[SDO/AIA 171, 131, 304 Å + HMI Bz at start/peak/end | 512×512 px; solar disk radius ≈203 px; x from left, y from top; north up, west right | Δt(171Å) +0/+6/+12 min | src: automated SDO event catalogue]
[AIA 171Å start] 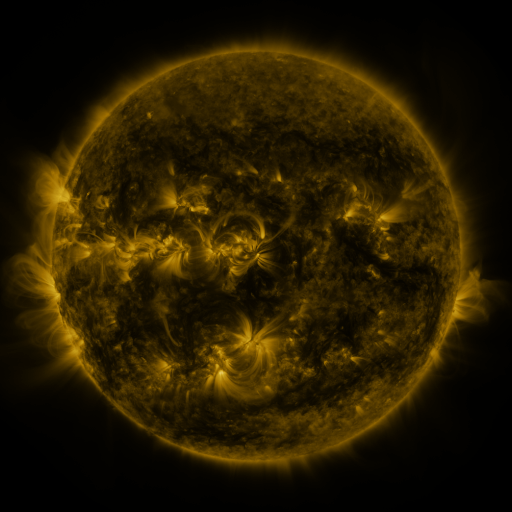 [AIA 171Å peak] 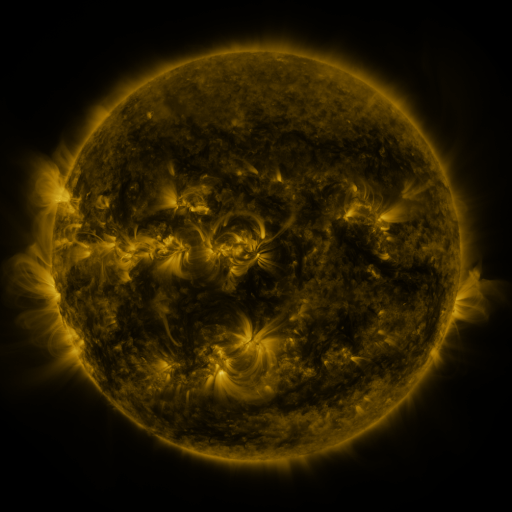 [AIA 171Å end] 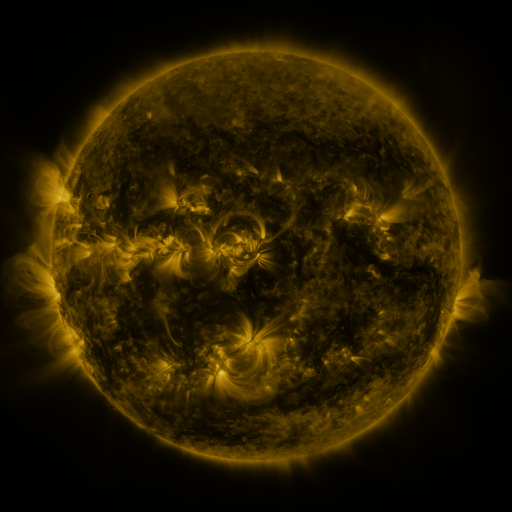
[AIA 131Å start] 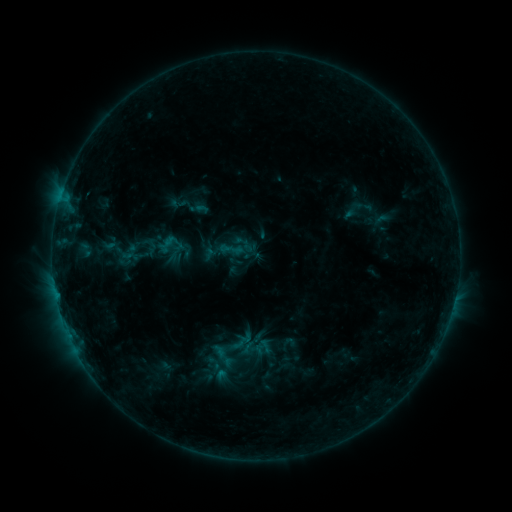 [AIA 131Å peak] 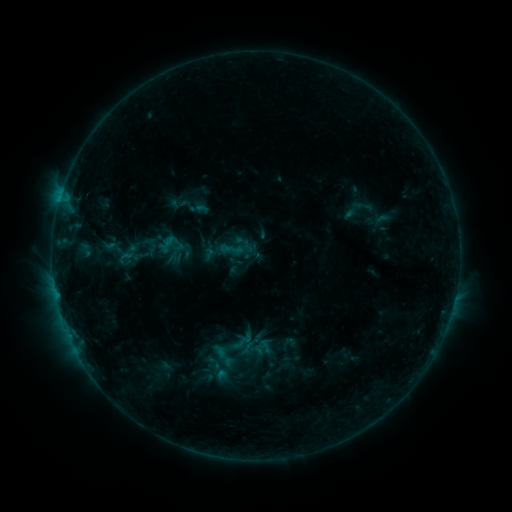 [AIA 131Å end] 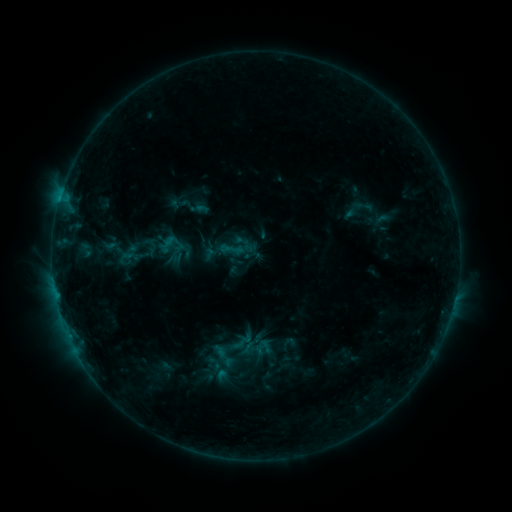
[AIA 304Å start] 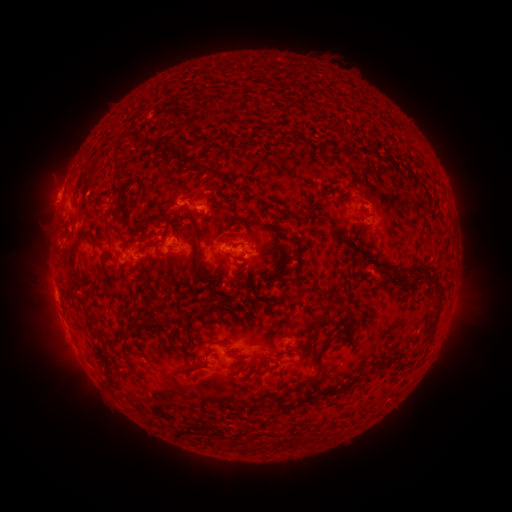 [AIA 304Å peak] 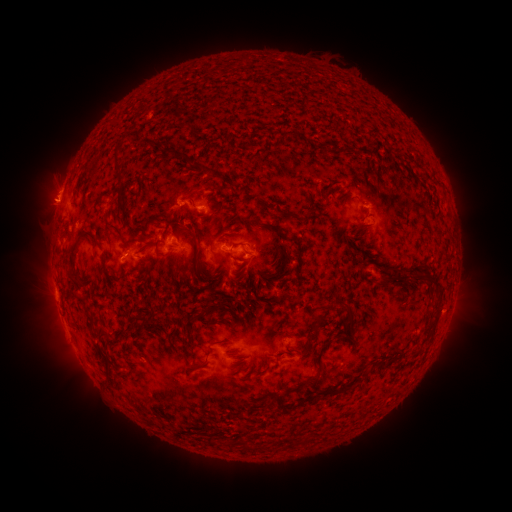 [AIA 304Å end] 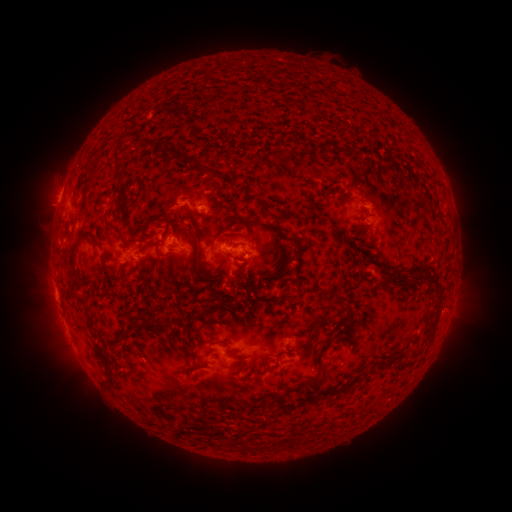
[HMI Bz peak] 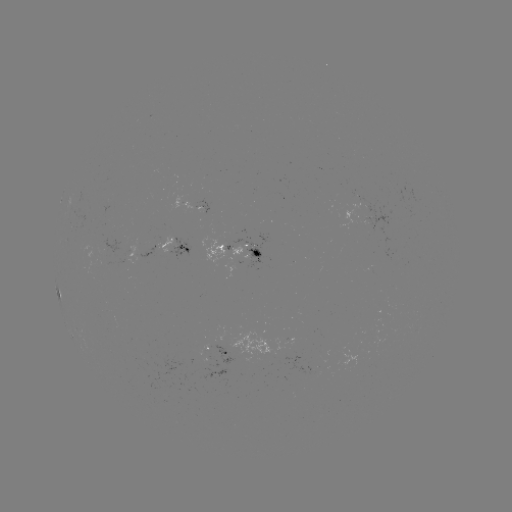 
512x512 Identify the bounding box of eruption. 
[21, 162, 72, 227].